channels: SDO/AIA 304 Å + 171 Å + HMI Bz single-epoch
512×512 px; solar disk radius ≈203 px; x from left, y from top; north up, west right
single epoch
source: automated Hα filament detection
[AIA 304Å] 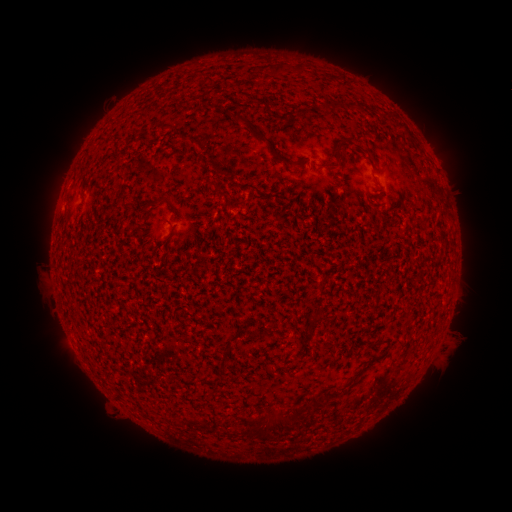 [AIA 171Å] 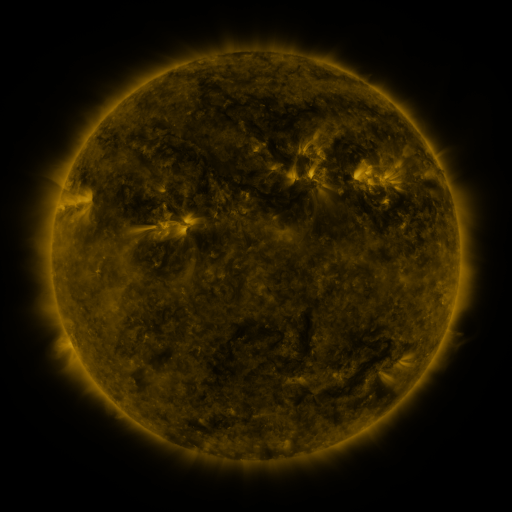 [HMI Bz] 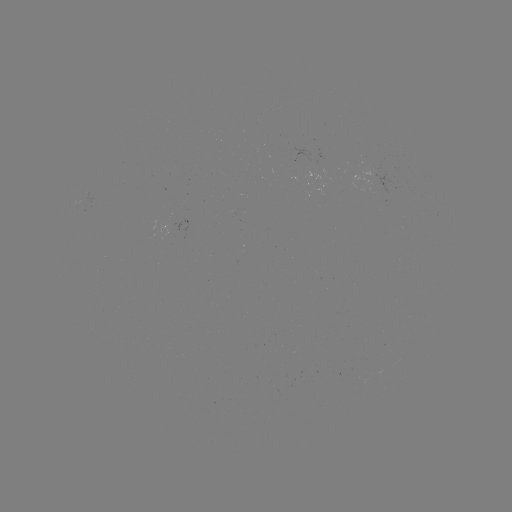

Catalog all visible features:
filament: (296, 63, 307, 74)
filament: (275, 64, 285, 75)
filament: (249, 127, 273, 145)
filament: (337, 142, 346, 156)
filament: (274, 155, 285, 163)
filament: (210, 178, 220, 188)
filament: (144, 194, 170, 210)
filament: (219, 349, 230, 362)
filament: (308, 393, 317, 408)
filament: (290, 405, 302, 415)
filament: (237, 414, 248, 424)
filament: (268, 418, 282, 432)
